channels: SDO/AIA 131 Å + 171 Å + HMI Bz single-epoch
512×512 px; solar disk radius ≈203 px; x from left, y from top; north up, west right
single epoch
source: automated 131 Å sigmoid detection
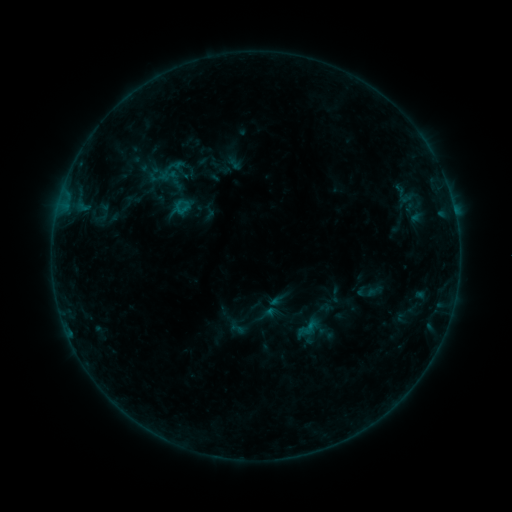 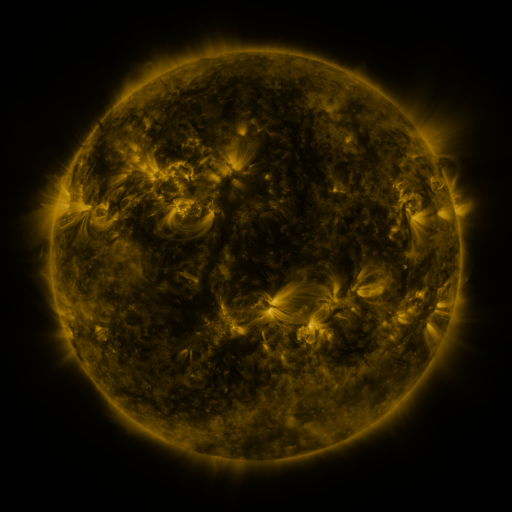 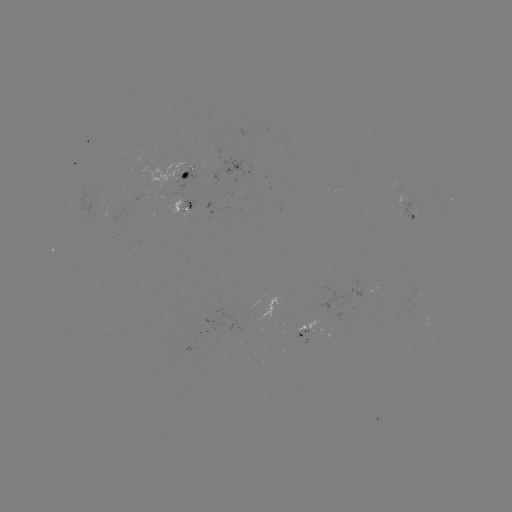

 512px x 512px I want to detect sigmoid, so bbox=[173, 199, 190, 216].